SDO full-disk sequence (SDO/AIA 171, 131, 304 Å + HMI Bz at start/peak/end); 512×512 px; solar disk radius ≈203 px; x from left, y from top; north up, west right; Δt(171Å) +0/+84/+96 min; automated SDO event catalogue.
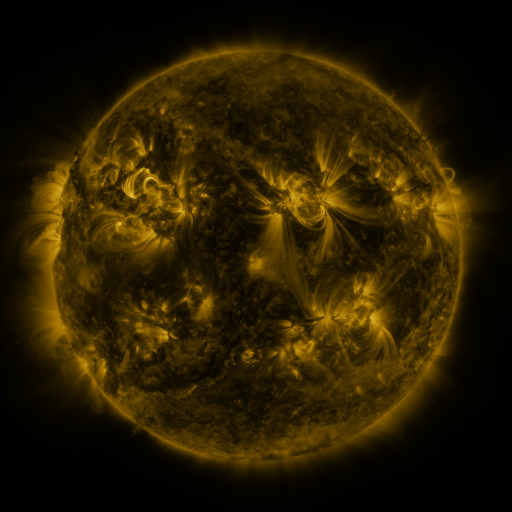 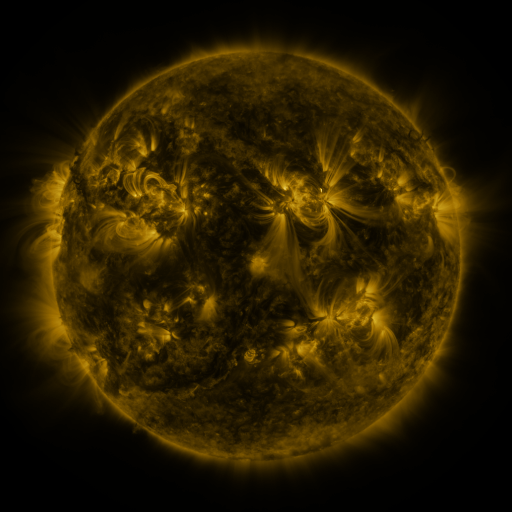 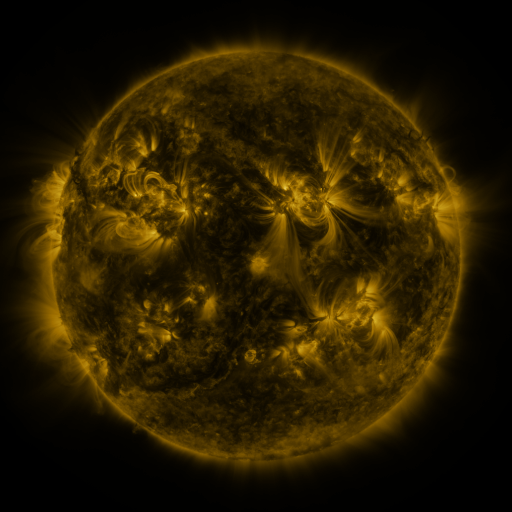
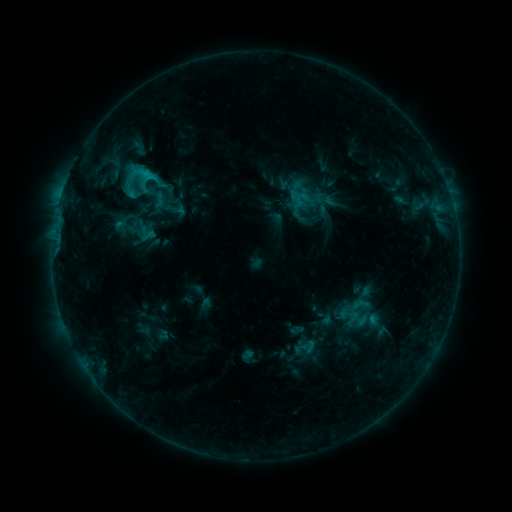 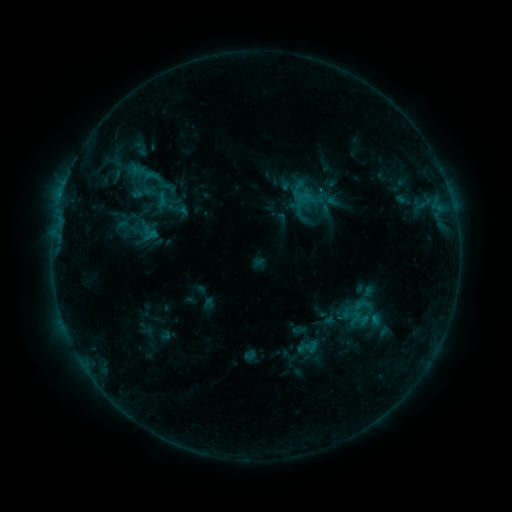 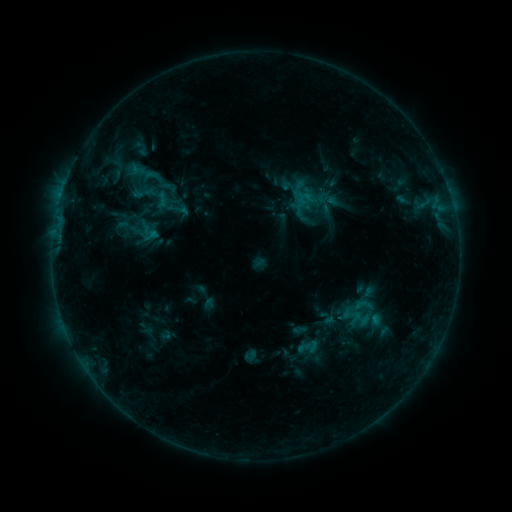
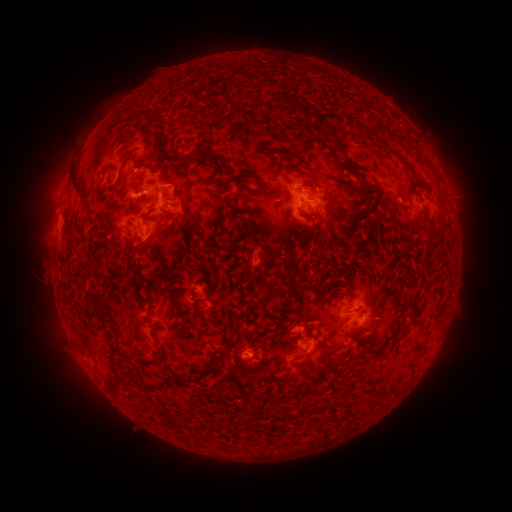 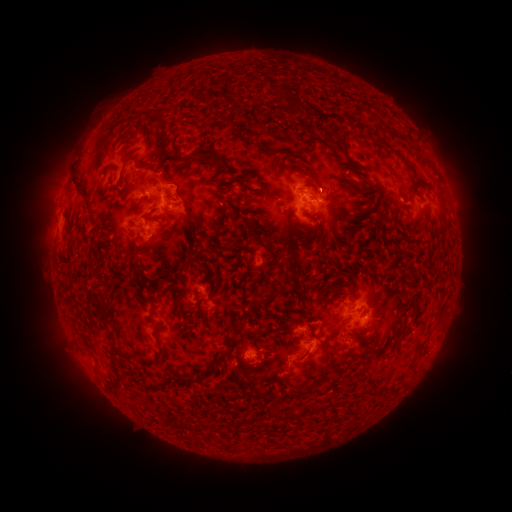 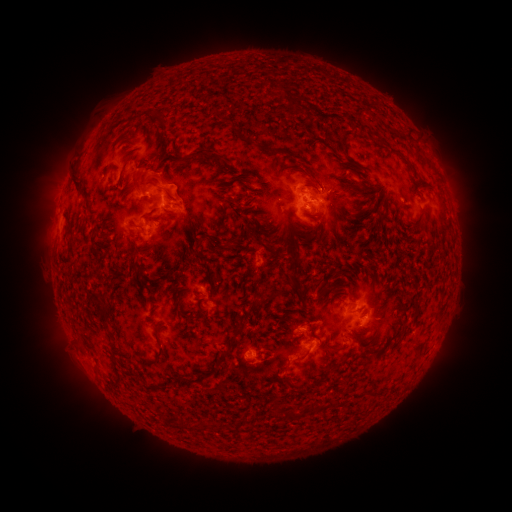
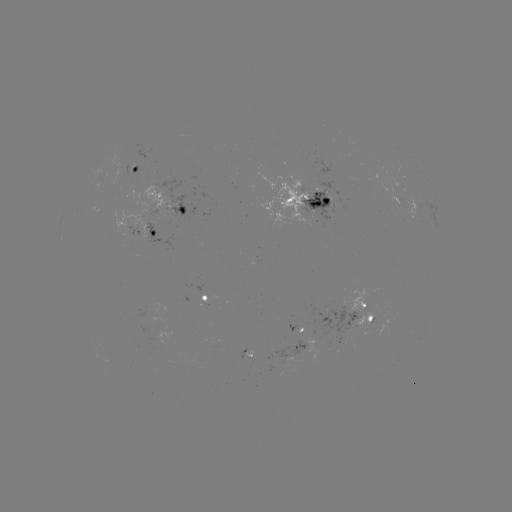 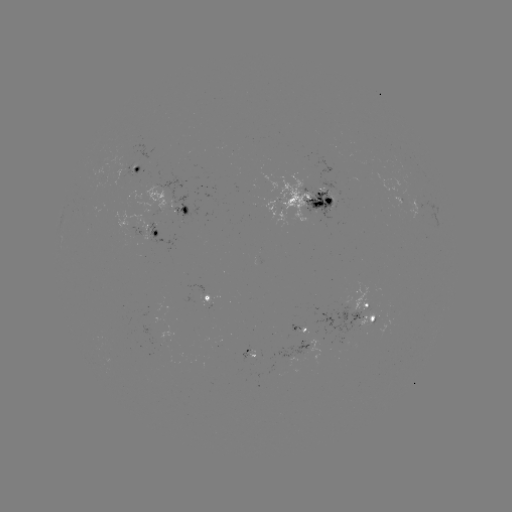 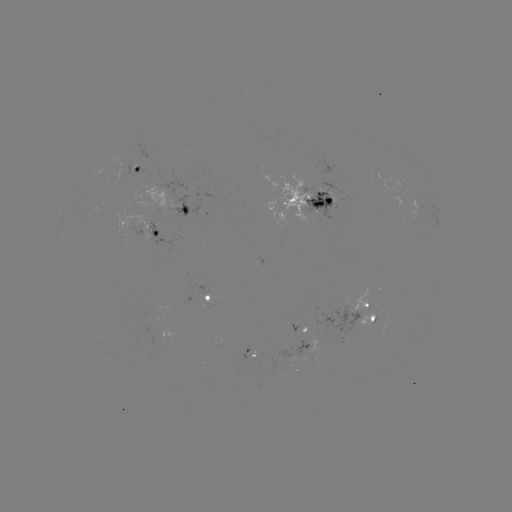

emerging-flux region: <bbox>240, 344, 255, 361</bbox>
